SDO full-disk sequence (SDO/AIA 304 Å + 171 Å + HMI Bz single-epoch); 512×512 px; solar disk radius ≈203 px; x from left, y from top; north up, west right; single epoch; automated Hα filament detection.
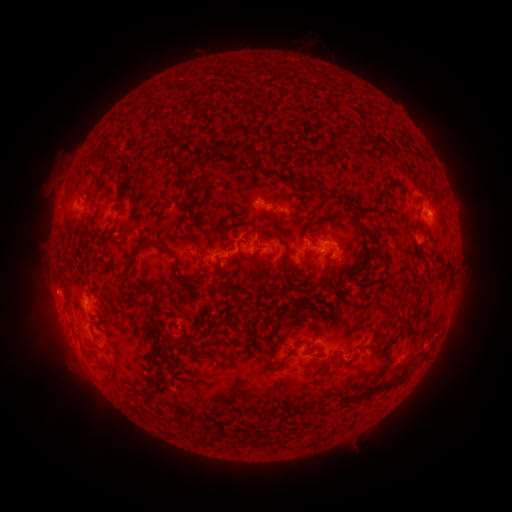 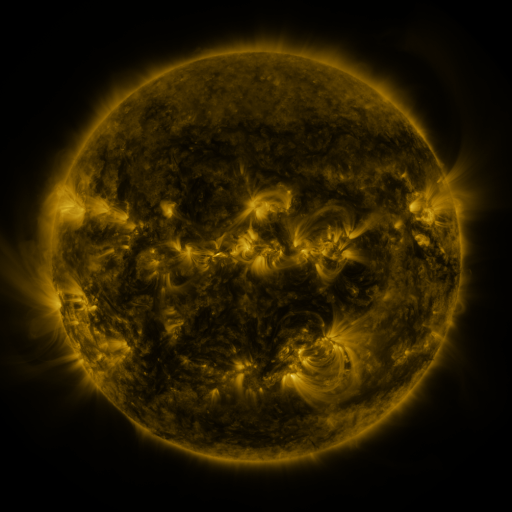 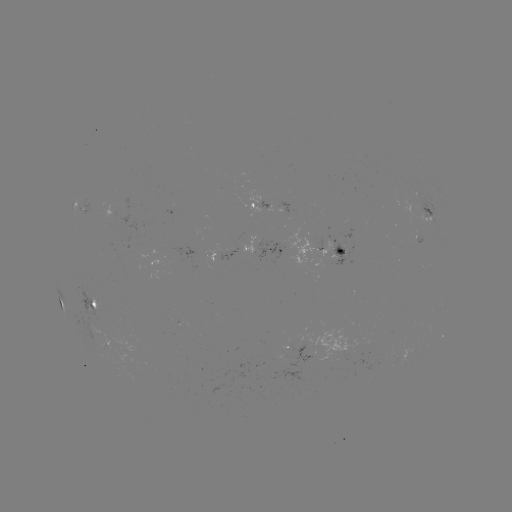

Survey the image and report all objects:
filament: <bbox>230, 141, 247, 157</bbox>
filament: <bbox>170, 150, 181, 168</bbox>
filament: <bbox>287, 174, 296, 183</bbox>
filament: <bbox>178, 176, 192, 196</bbox>
filament: <bbox>159, 193, 169, 202</bbox>
filament: <bbox>332, 211, 345, 218</bbox>
filament: <bbox>146, 237, 175, 259</bbox>
filament: <bbox>122, 243, 142, 290</bbox>
filament: <bbox>283, 260, 292, 273</bbox>
filament: <bbox>219, 265, 228, 275</bbox>
filament: <bbox>441, 265, 450, 275</bbox>
filament: <bbox>128, 293, 154, 308</bbox>
filament: <bbox>279, 308, 299, 320</bbox>
filament: <bbox>382, 337, 398, 353</bbox>
filament: <bbox>276, 346, 296, 365</bbox>
filament: <bbox>370, 363, 387, 384</bbox>
filament: <bbox>154, 372, 164, 380</bbox>
filament: <bbox>377, 376, 404, 394</bbox>
filament: <bbox>307, 438, 316, 446</bbox>
